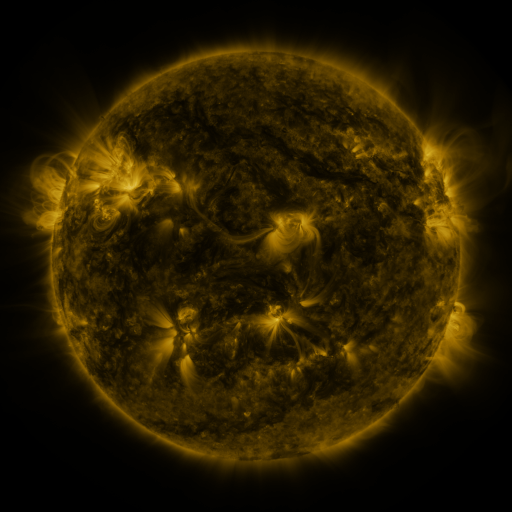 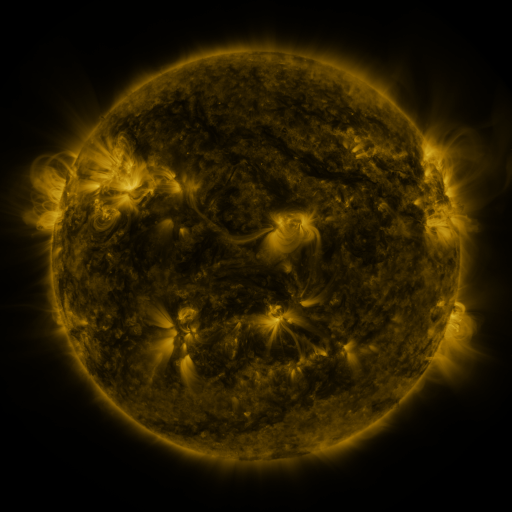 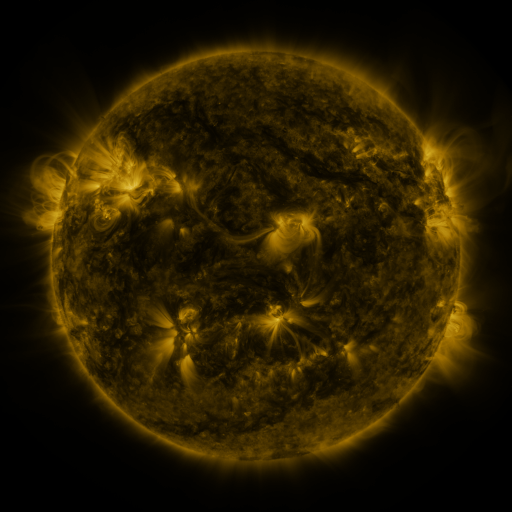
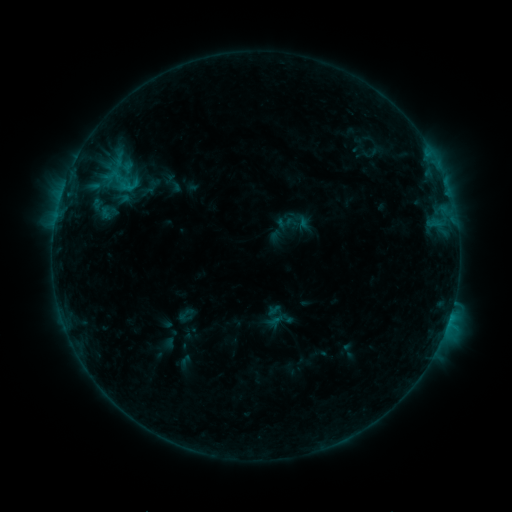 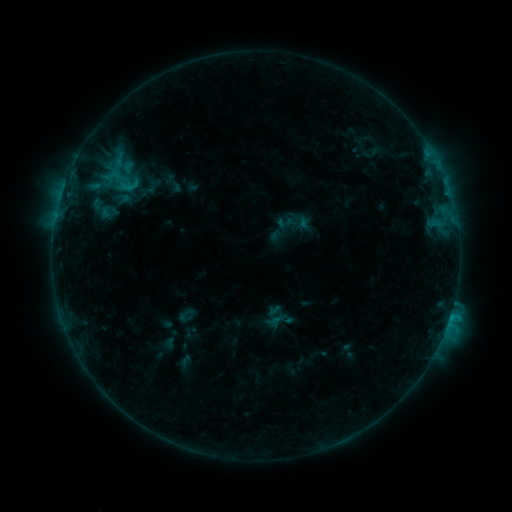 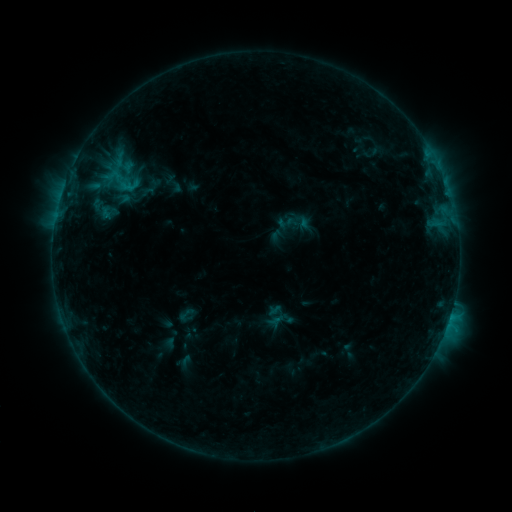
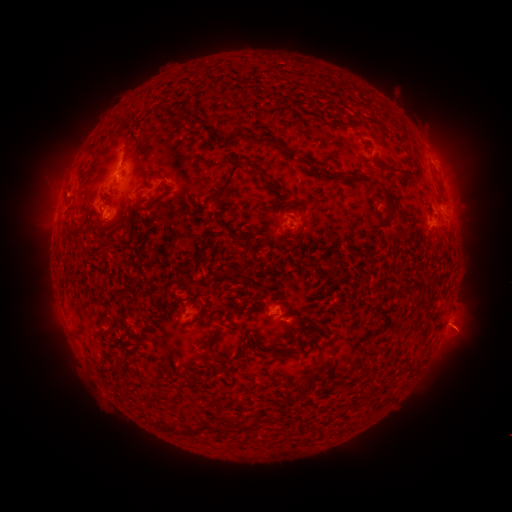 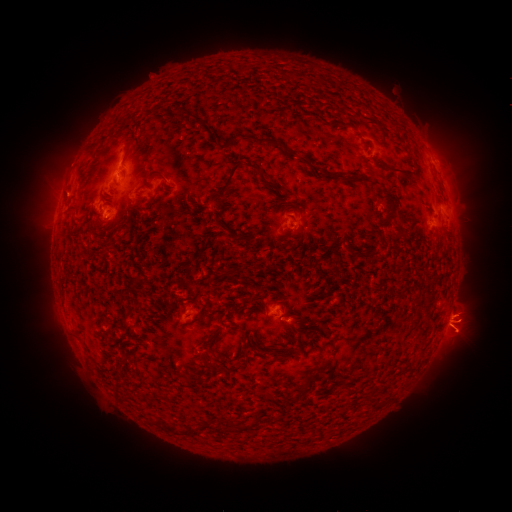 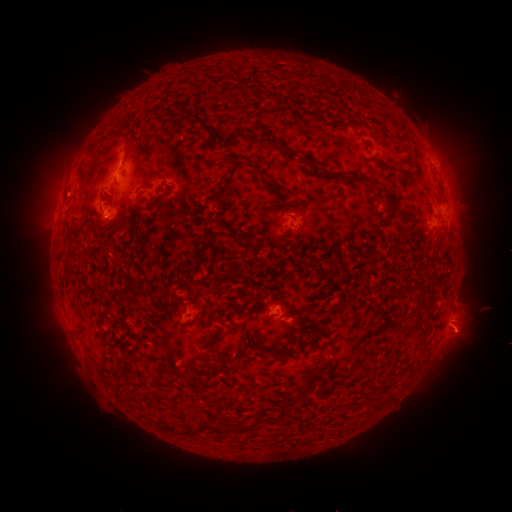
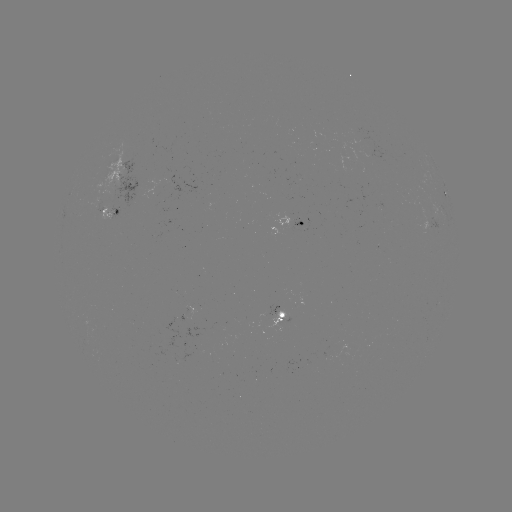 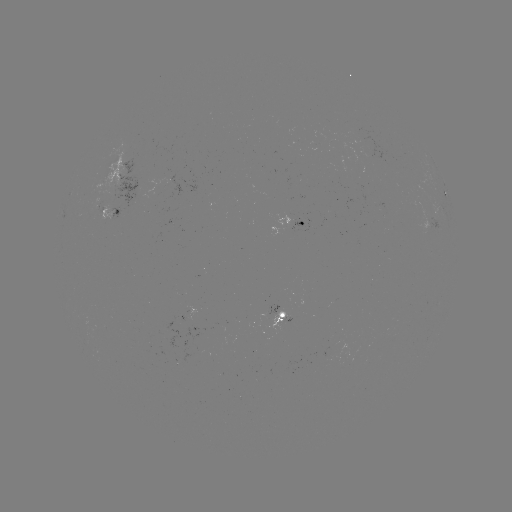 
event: eruption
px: (467, 328)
